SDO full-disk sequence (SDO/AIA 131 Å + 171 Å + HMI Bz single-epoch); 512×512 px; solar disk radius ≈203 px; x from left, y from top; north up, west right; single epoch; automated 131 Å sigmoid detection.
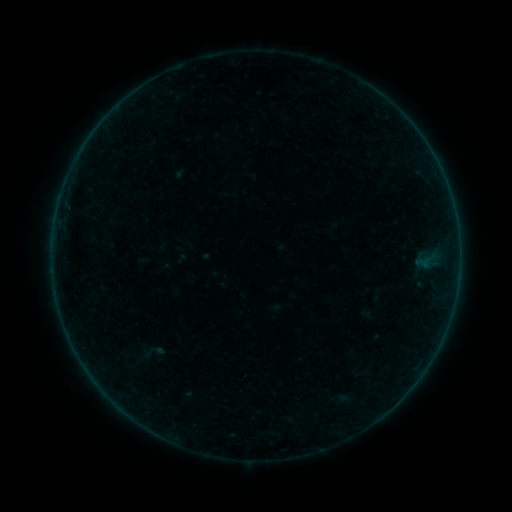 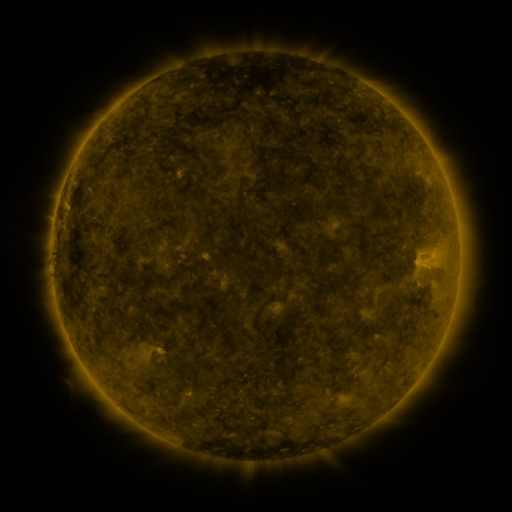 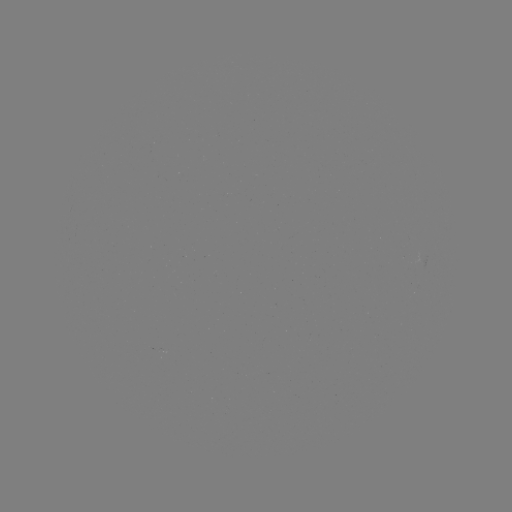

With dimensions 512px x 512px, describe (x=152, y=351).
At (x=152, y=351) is sigmoid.